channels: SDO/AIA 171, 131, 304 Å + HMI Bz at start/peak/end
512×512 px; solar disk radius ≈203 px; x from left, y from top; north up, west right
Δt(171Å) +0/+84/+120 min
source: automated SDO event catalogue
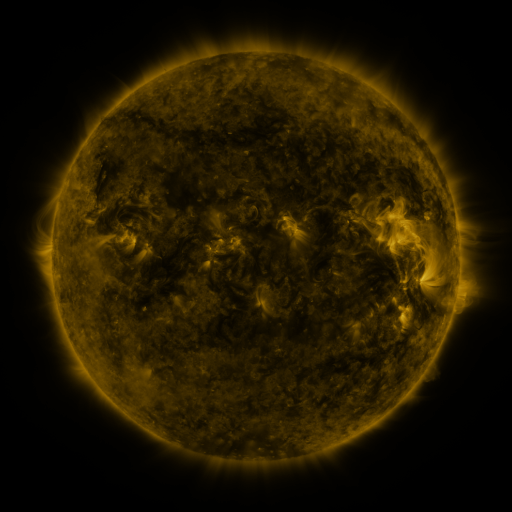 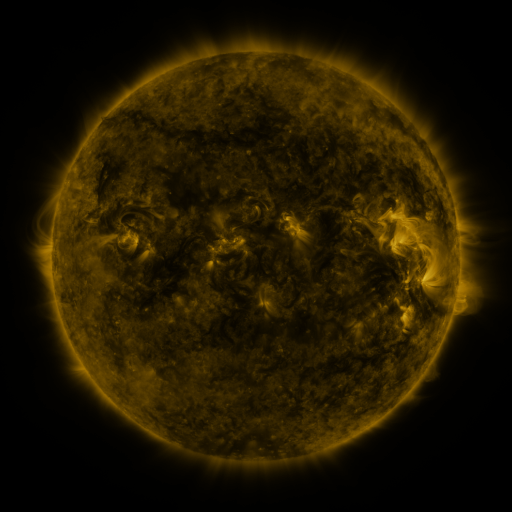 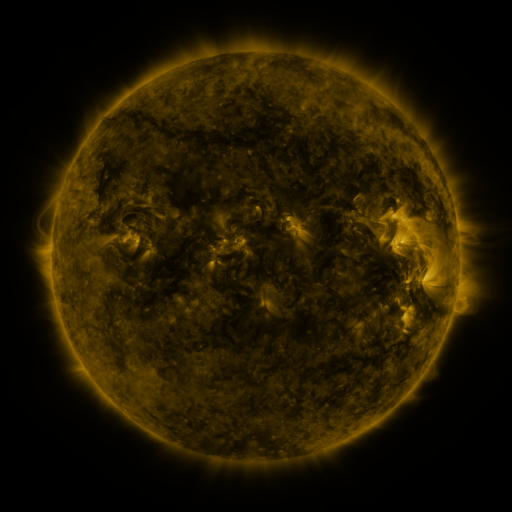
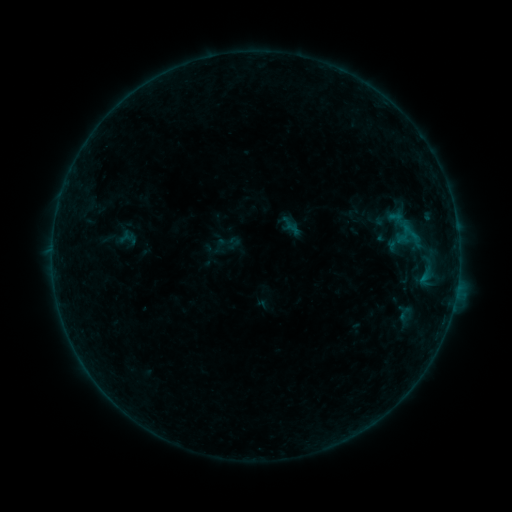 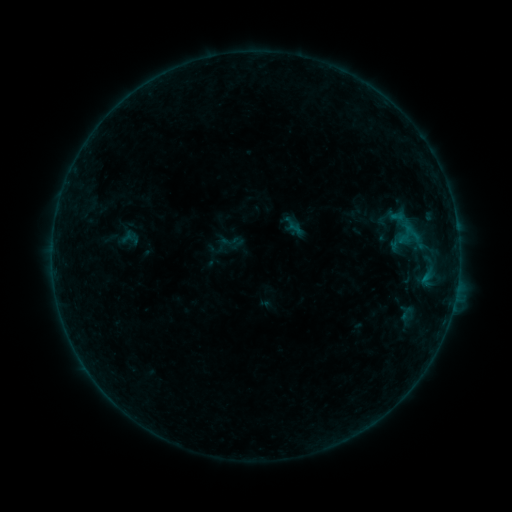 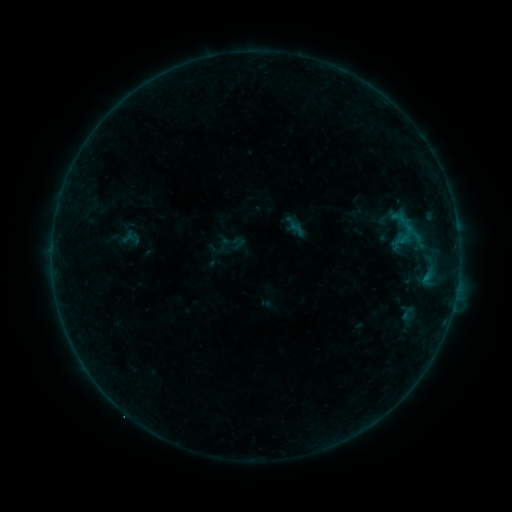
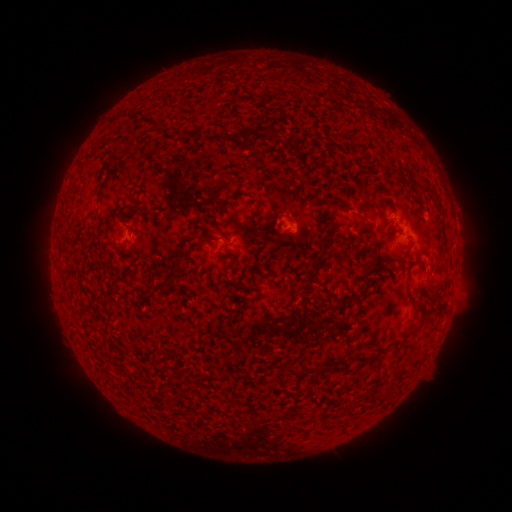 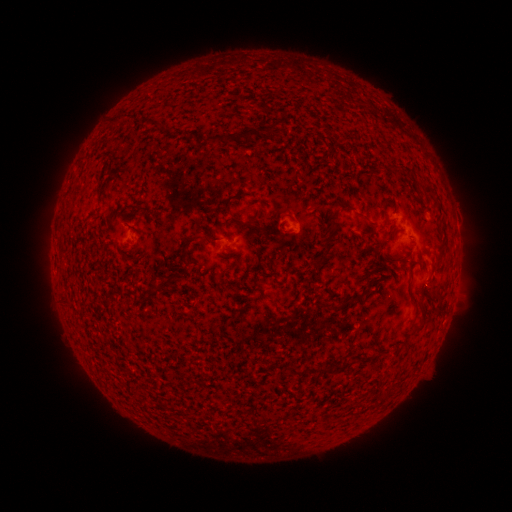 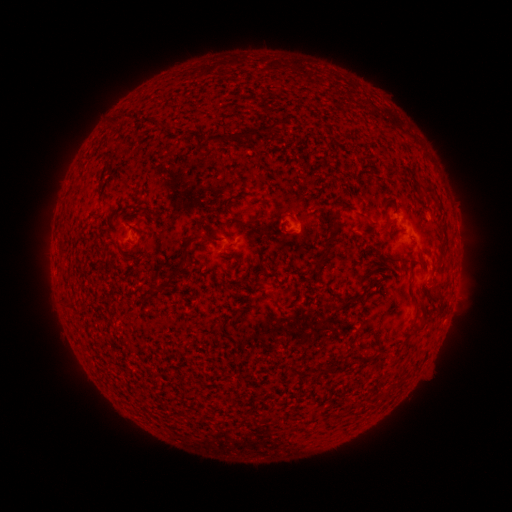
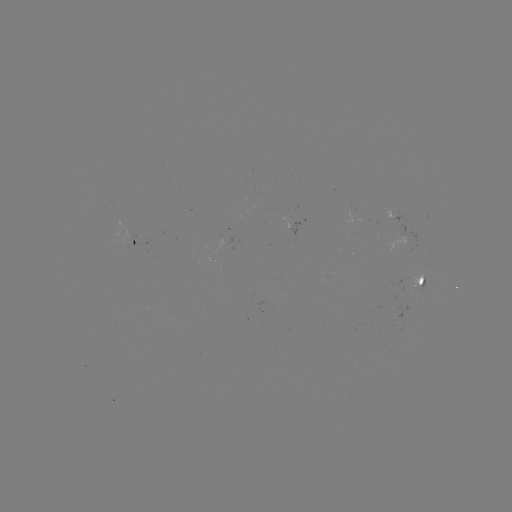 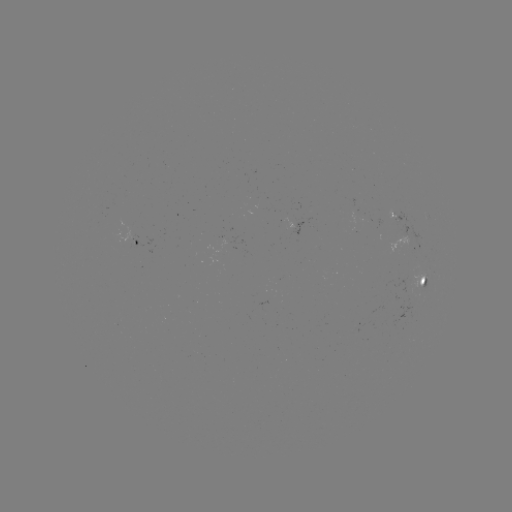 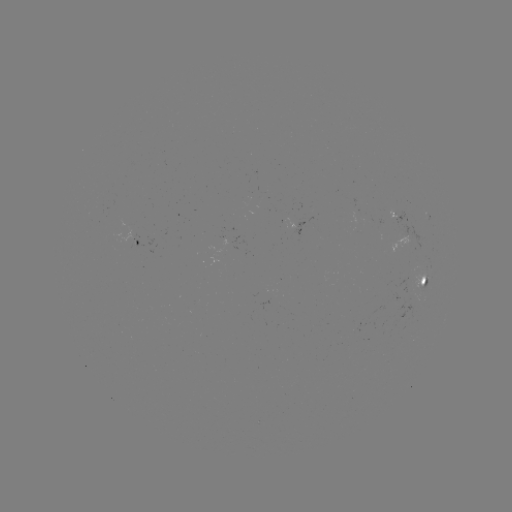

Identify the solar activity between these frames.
emerging-flux region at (134, 242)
